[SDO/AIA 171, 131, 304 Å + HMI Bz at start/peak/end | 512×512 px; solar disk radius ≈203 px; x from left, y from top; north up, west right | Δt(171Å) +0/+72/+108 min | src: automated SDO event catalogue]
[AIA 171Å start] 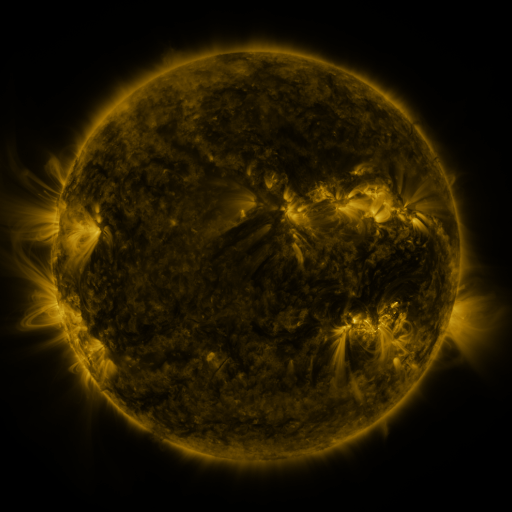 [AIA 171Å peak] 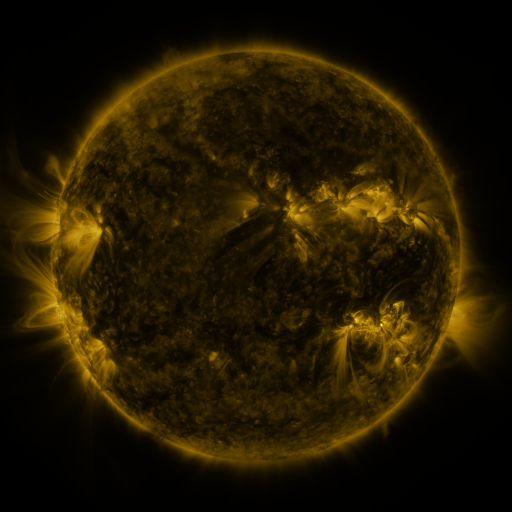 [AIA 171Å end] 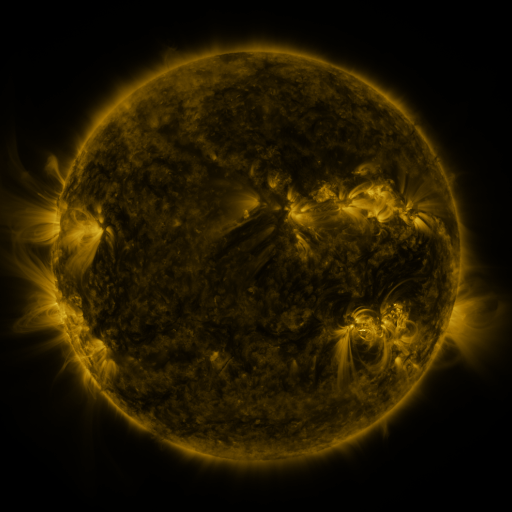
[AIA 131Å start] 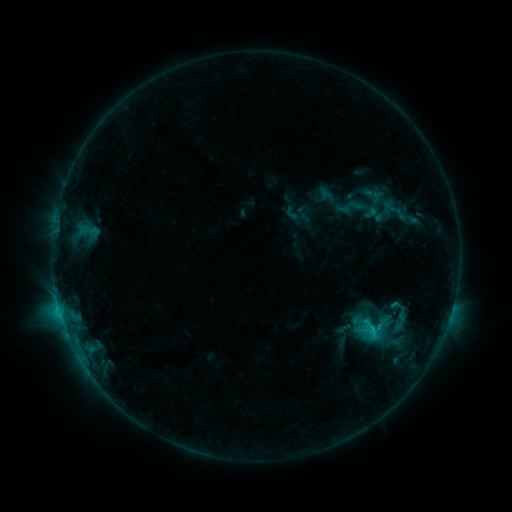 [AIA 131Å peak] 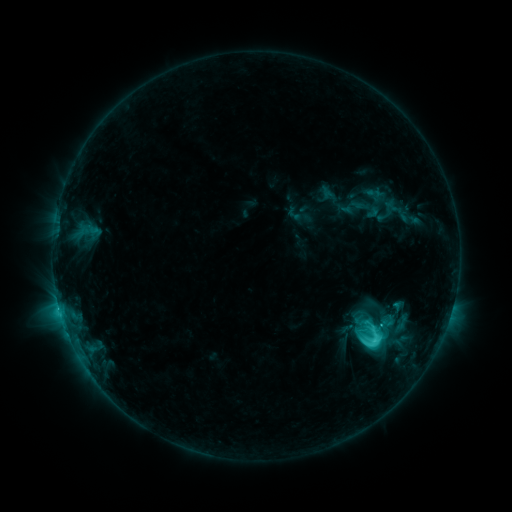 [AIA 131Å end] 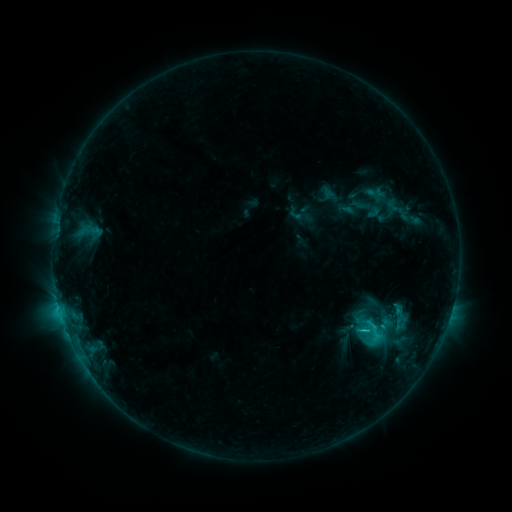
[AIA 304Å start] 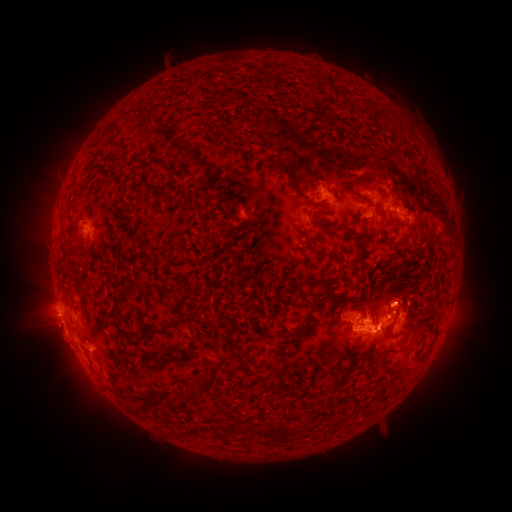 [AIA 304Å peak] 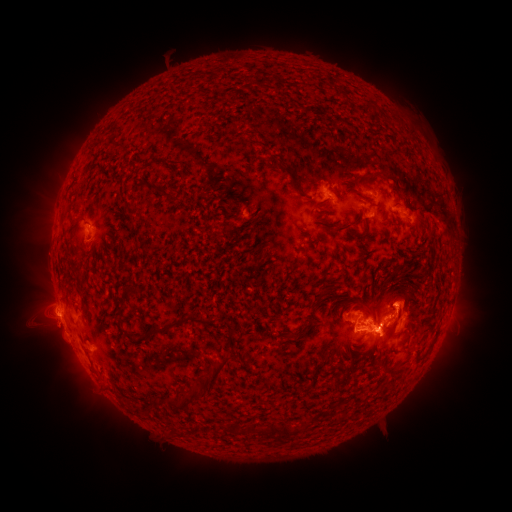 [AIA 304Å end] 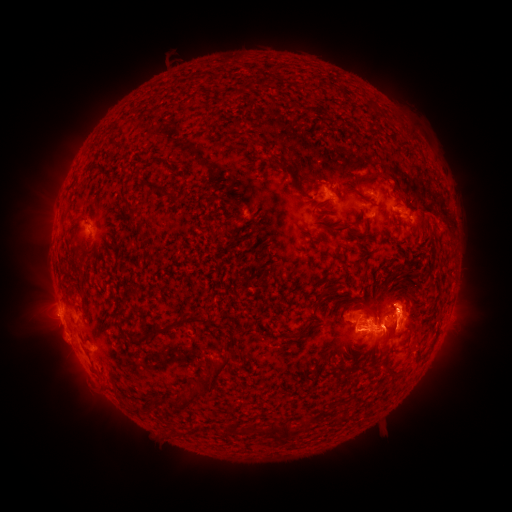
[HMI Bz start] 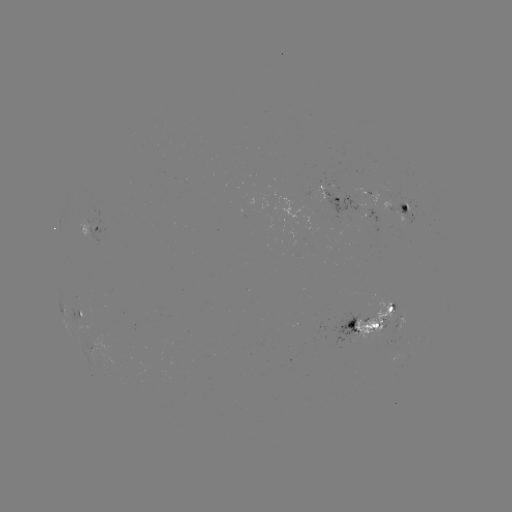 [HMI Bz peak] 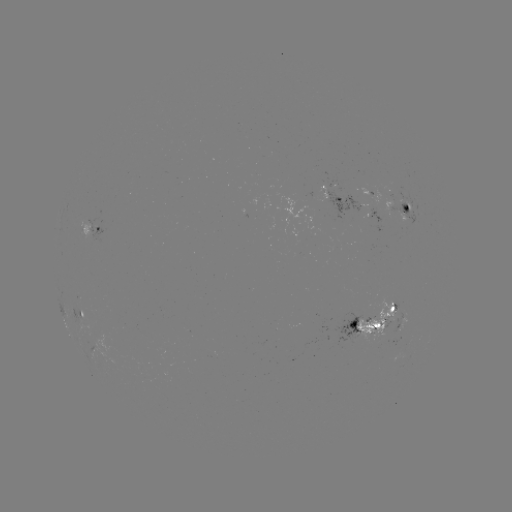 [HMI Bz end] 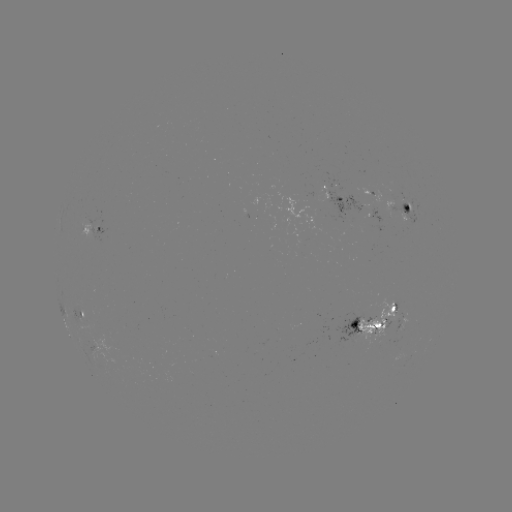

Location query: emerging-flux region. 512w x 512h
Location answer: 369,217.